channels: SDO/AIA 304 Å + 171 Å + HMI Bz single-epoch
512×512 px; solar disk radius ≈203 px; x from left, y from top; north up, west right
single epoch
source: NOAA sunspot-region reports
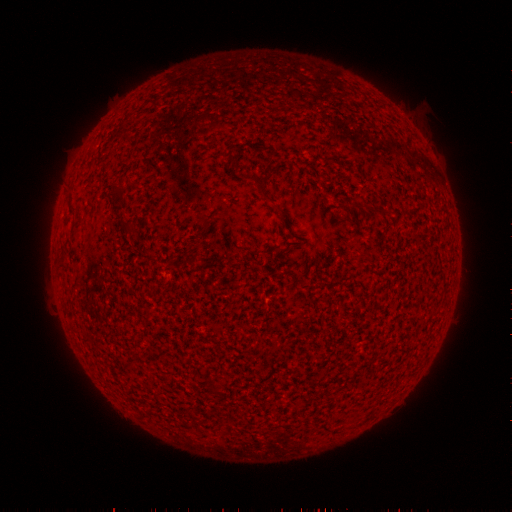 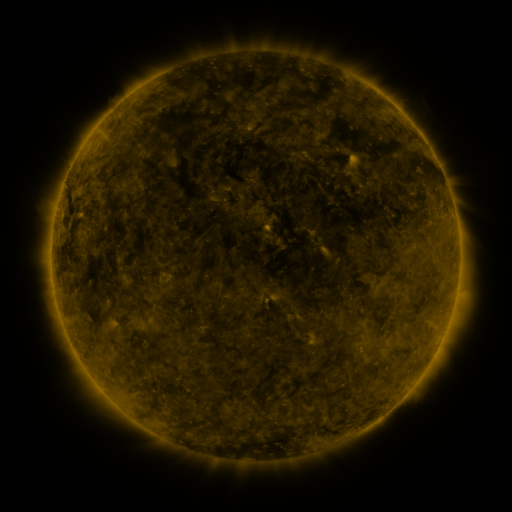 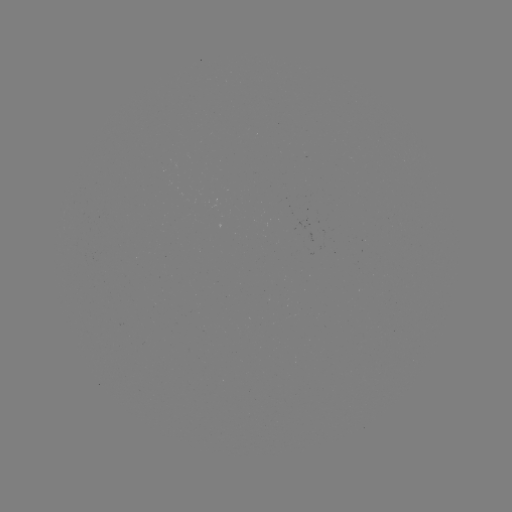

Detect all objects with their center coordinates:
(none)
